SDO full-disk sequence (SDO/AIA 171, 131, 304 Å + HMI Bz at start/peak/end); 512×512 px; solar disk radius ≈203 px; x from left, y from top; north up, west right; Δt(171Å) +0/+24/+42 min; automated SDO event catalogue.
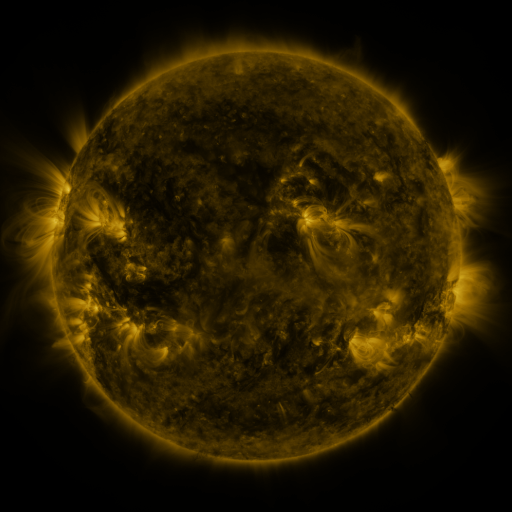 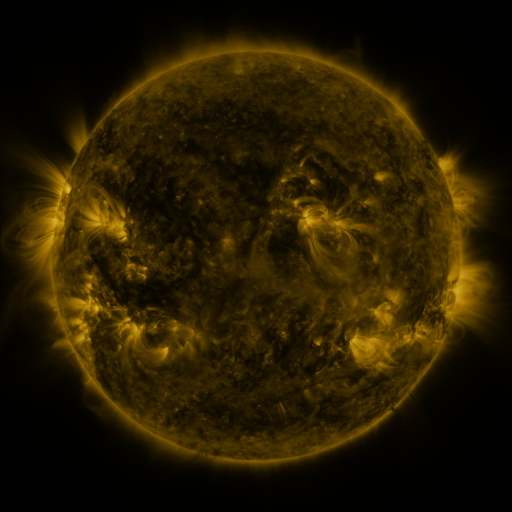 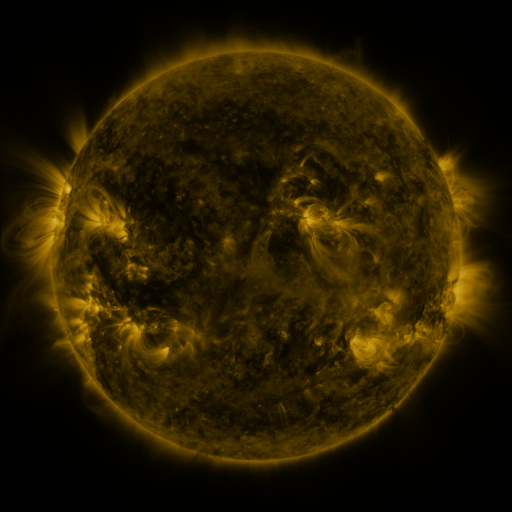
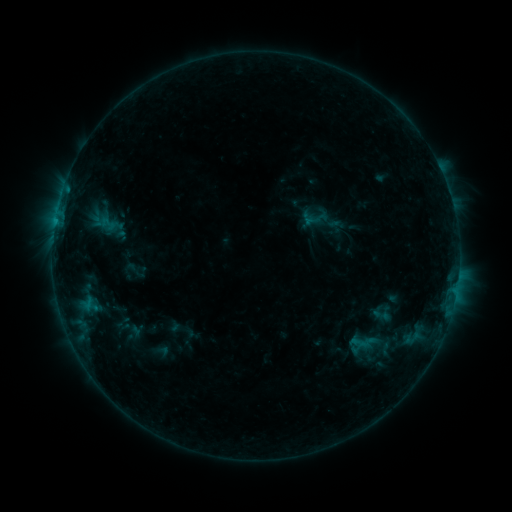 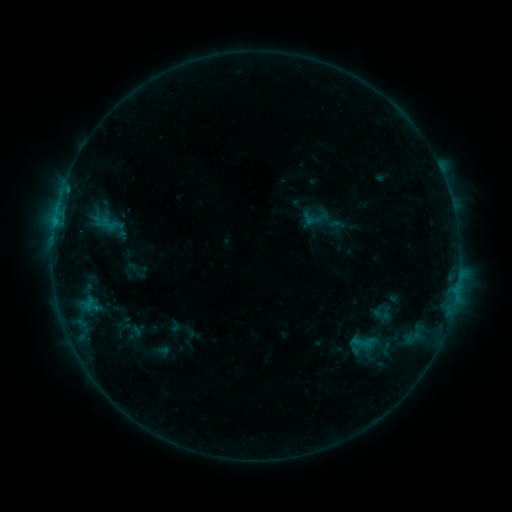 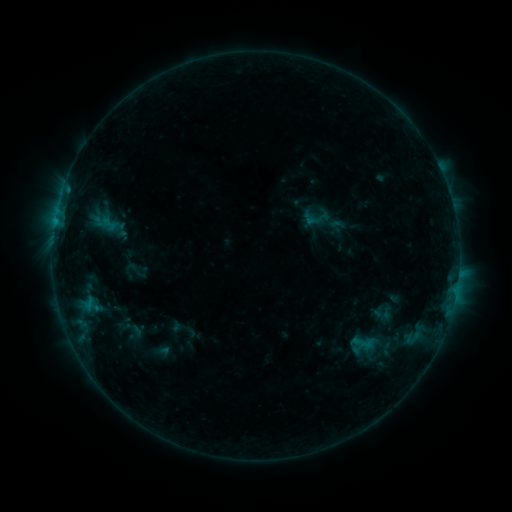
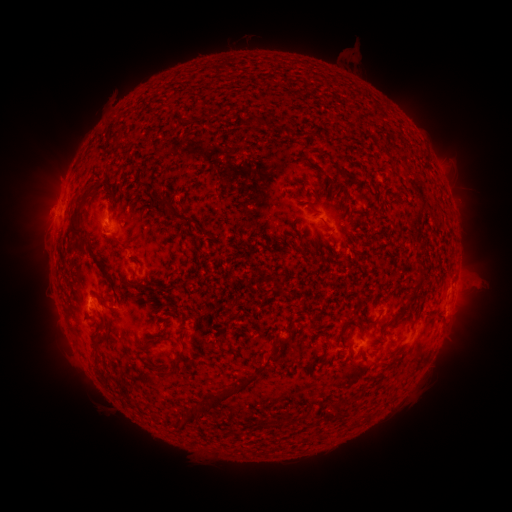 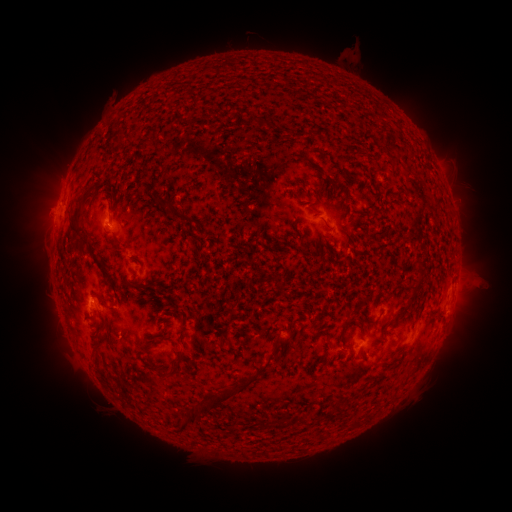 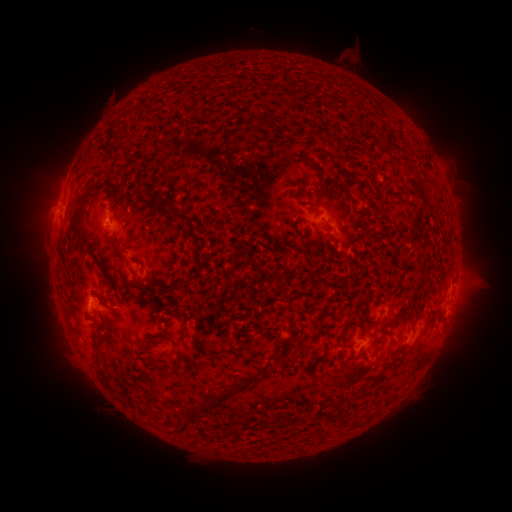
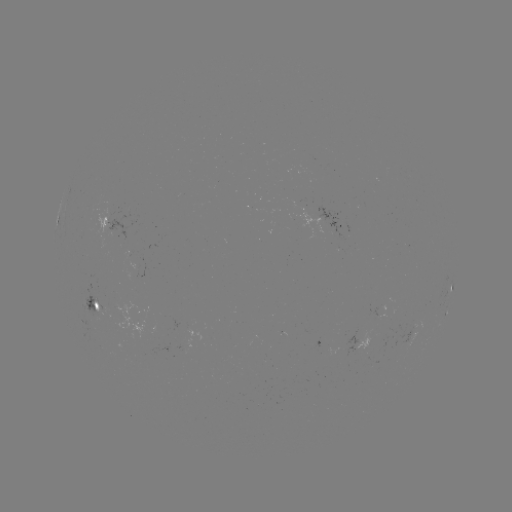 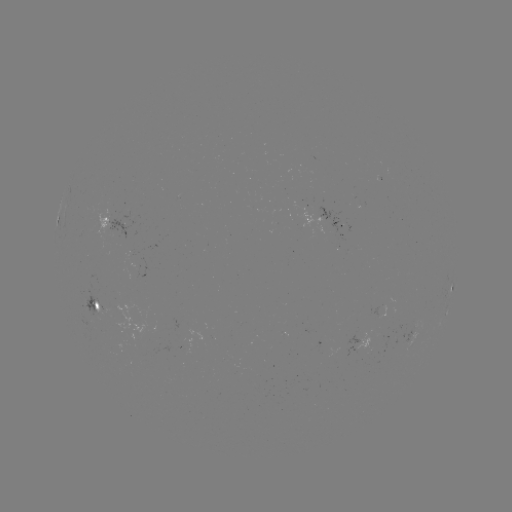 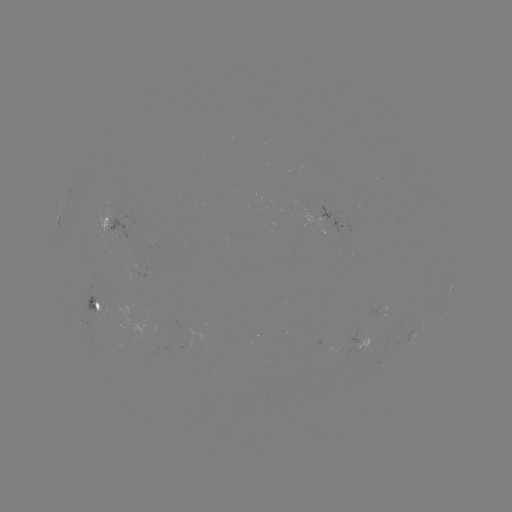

no classed flare was catalogued and no EUV brightening was flagged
